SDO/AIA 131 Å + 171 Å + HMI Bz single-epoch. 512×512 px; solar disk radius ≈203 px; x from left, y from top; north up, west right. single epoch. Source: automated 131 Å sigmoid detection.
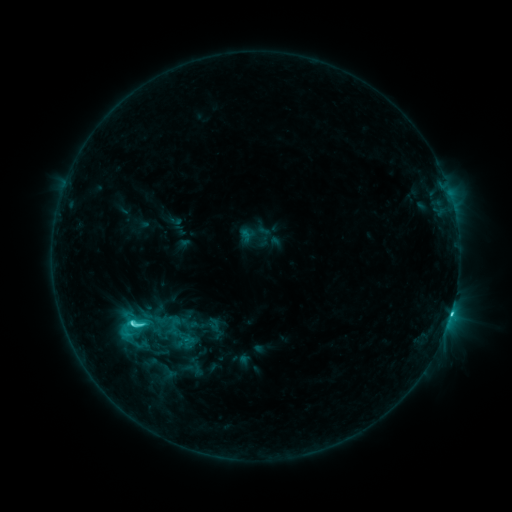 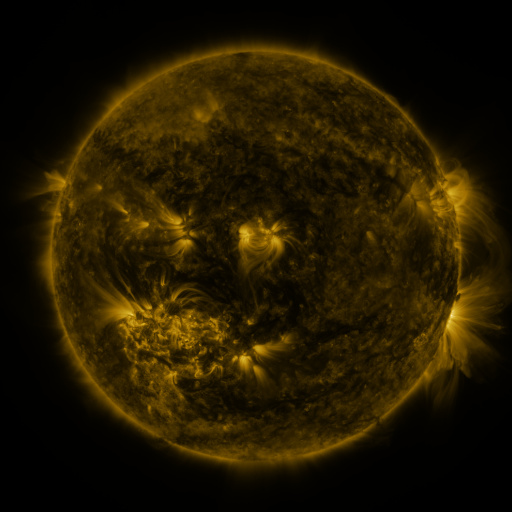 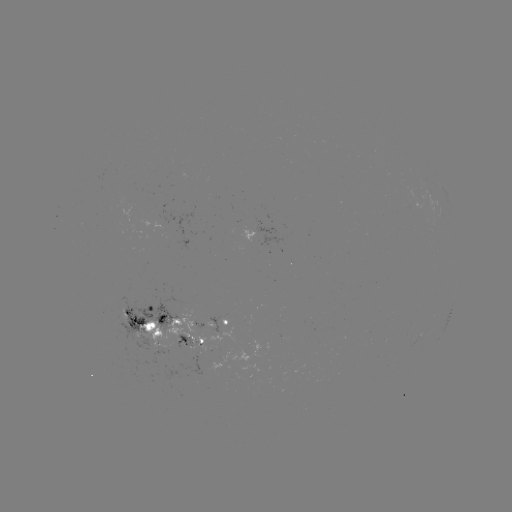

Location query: sigmoid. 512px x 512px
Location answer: [131, 327].